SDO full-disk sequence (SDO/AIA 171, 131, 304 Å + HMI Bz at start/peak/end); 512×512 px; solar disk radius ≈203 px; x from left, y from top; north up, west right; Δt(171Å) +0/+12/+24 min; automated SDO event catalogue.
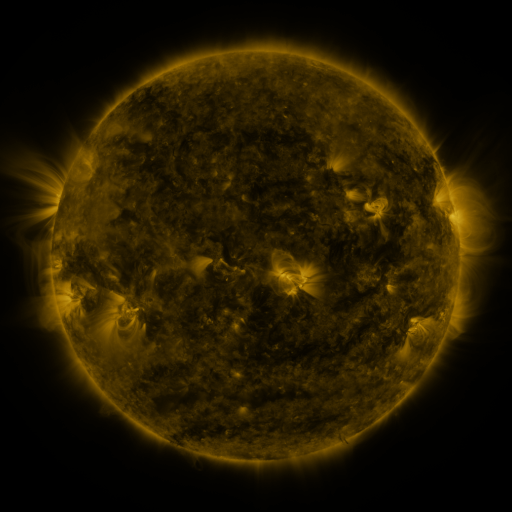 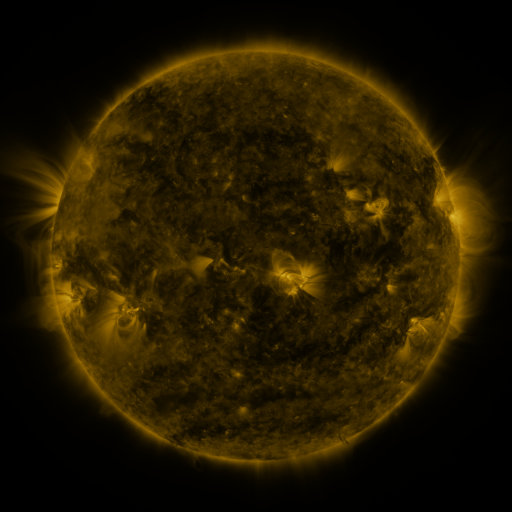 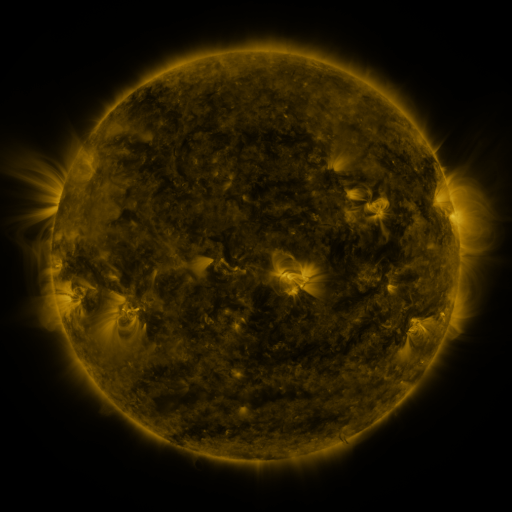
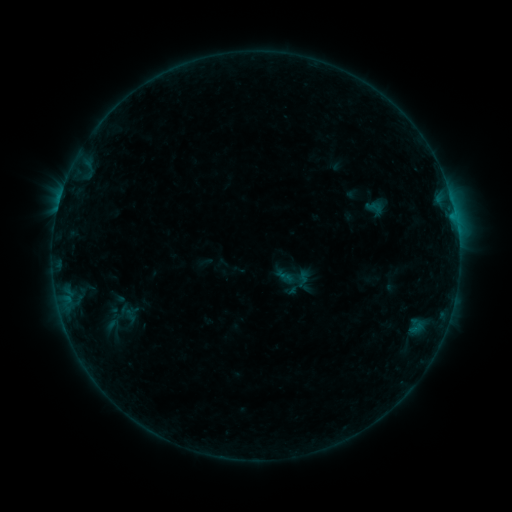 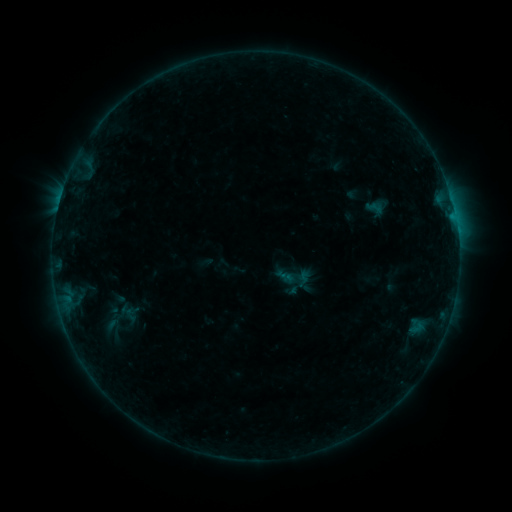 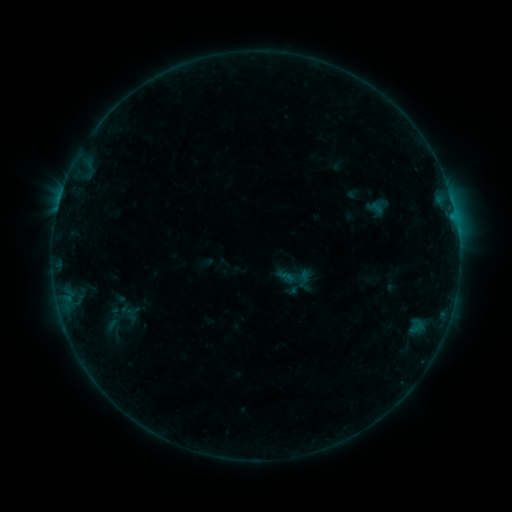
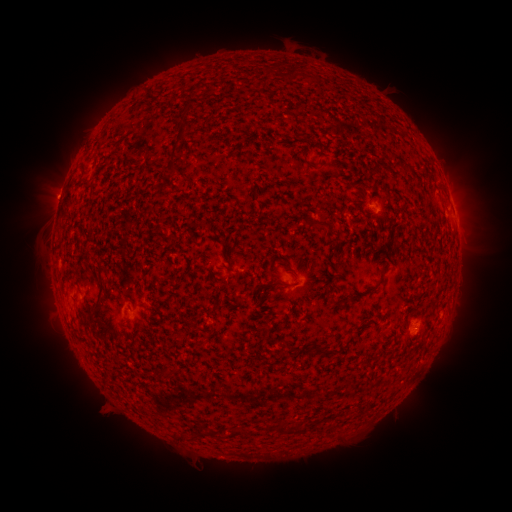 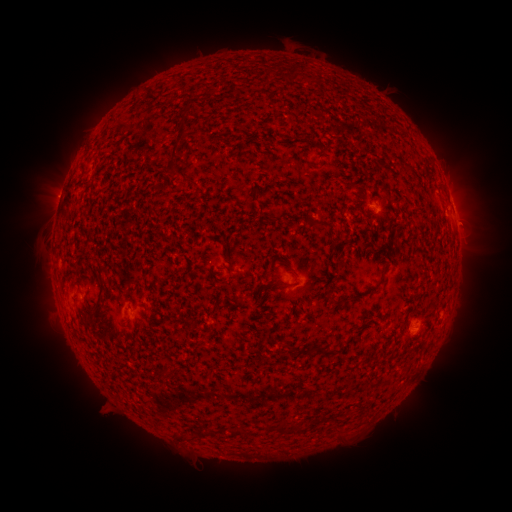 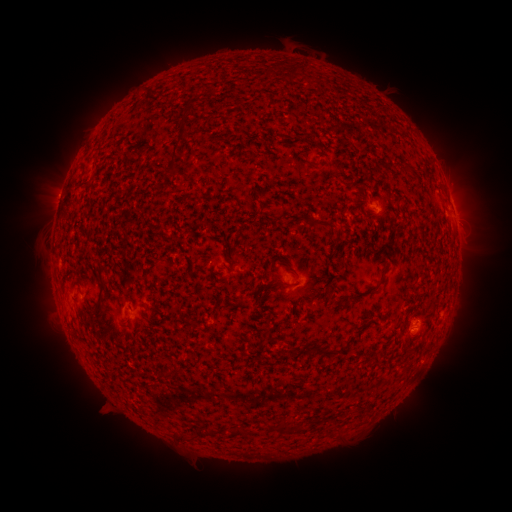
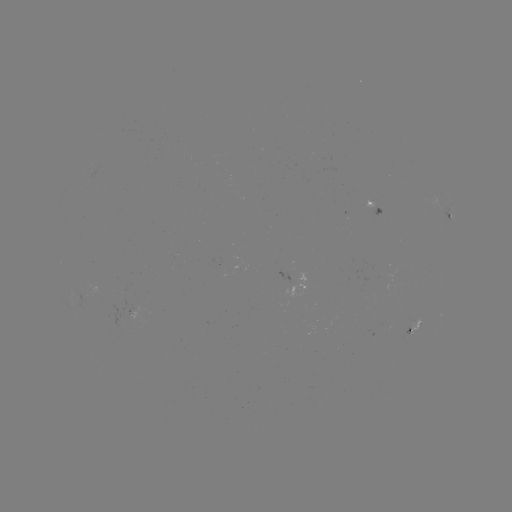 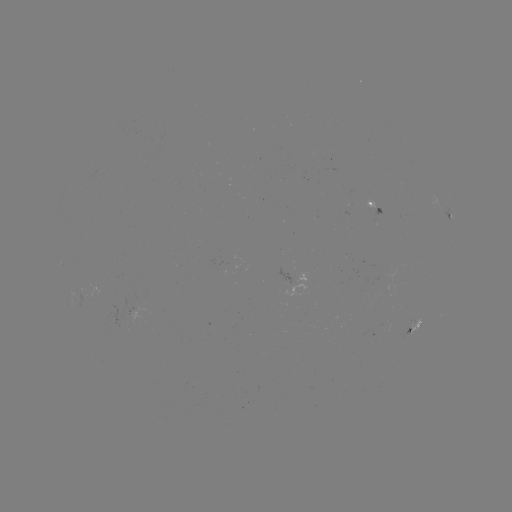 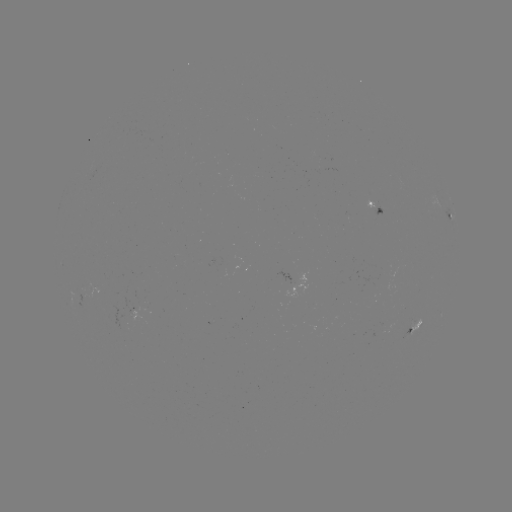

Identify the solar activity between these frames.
nothing was catalogued: no classed flare, no EUV trigger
